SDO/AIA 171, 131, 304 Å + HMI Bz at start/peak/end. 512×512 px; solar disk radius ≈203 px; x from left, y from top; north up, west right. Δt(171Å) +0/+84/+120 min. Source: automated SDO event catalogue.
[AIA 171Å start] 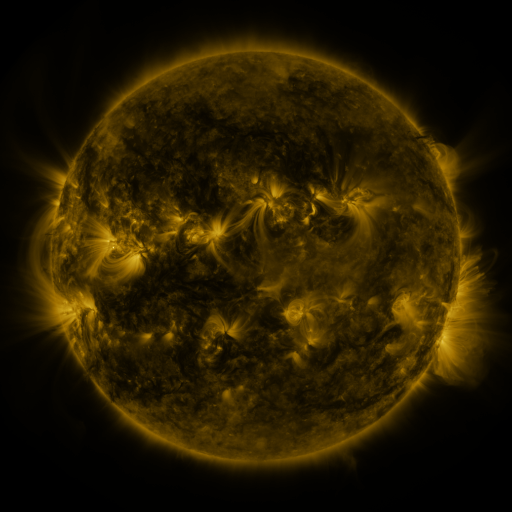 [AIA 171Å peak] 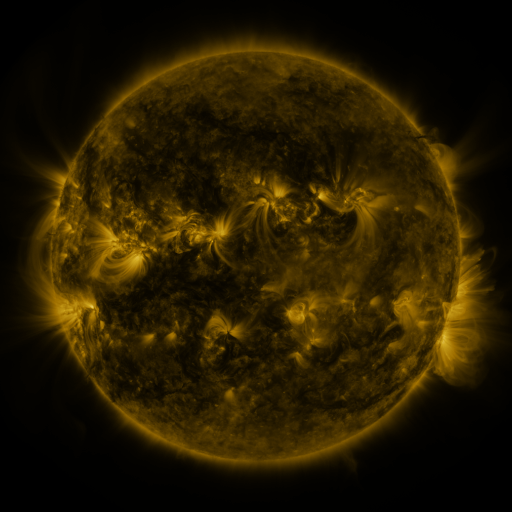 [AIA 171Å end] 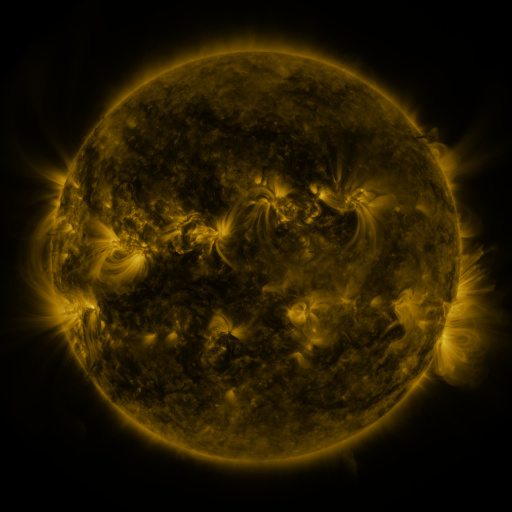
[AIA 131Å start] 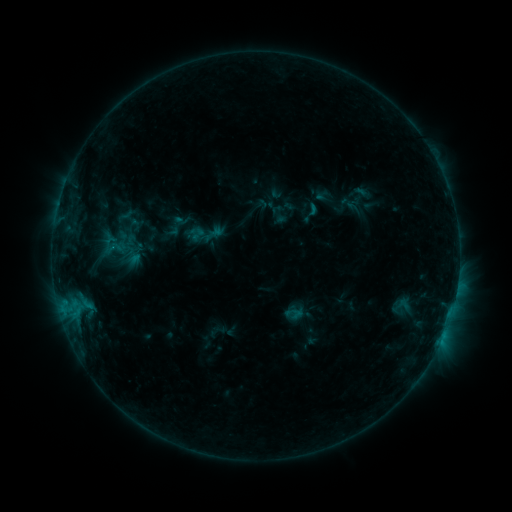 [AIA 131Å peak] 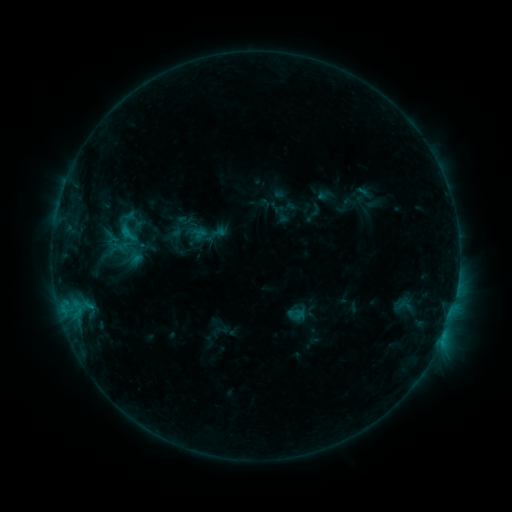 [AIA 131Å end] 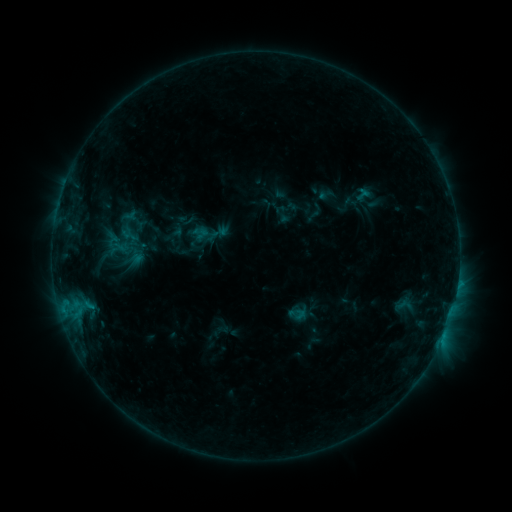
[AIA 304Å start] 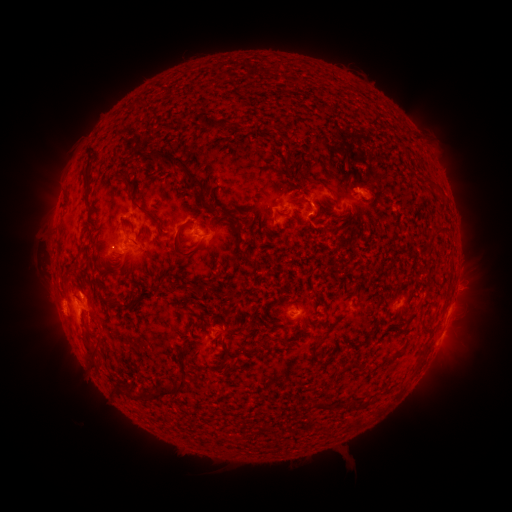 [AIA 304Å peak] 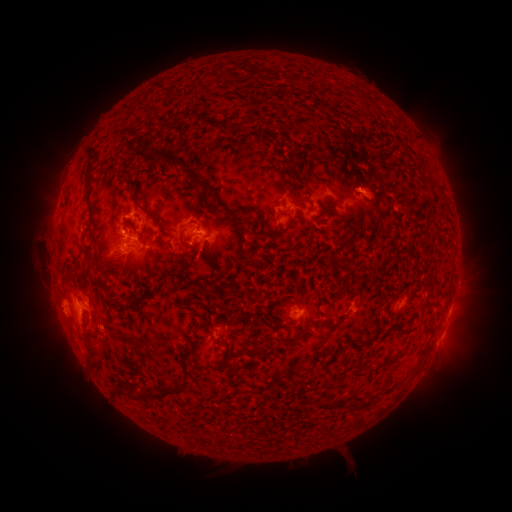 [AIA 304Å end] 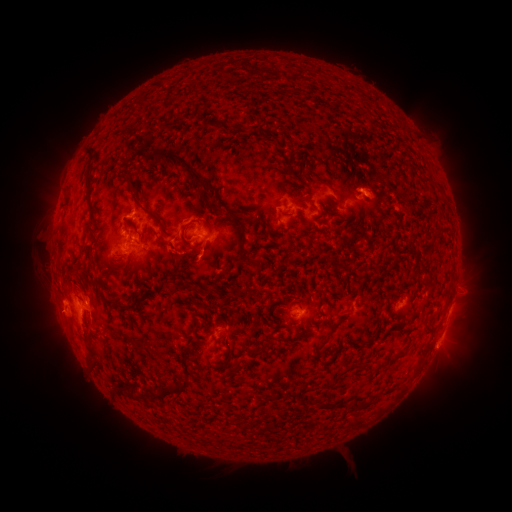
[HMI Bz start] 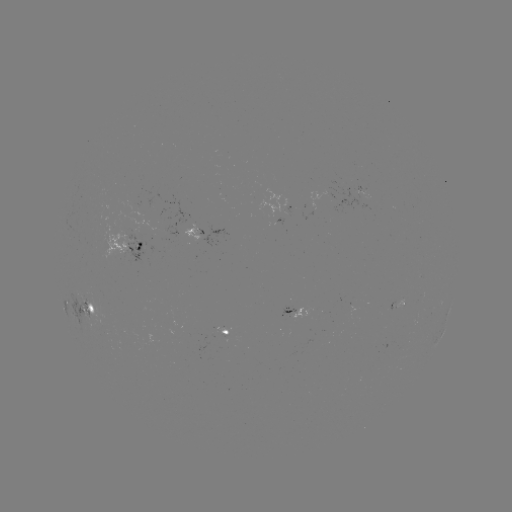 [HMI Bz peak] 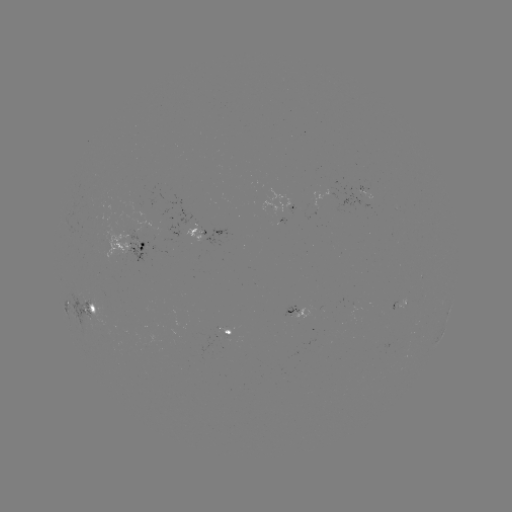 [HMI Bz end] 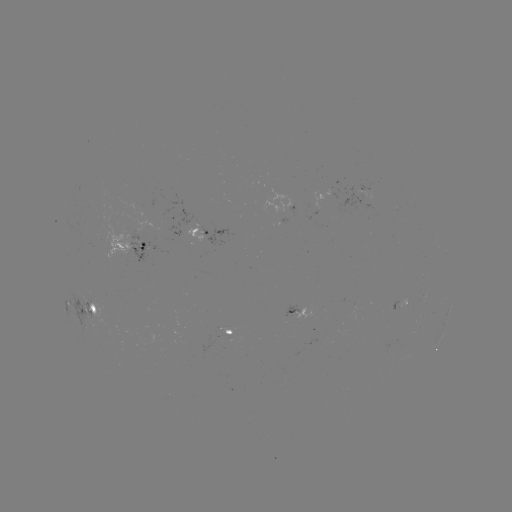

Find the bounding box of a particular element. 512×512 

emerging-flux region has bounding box [309, 190, 338, 208].